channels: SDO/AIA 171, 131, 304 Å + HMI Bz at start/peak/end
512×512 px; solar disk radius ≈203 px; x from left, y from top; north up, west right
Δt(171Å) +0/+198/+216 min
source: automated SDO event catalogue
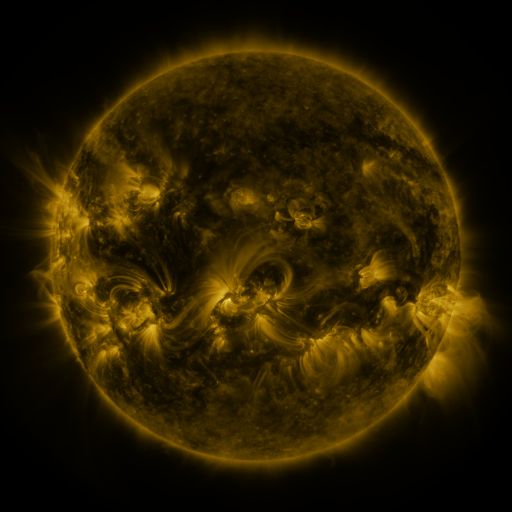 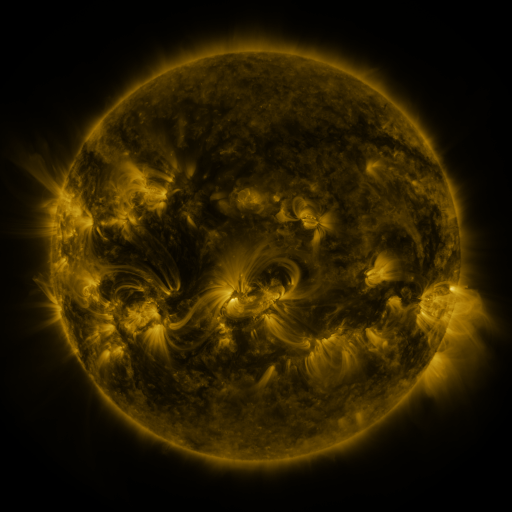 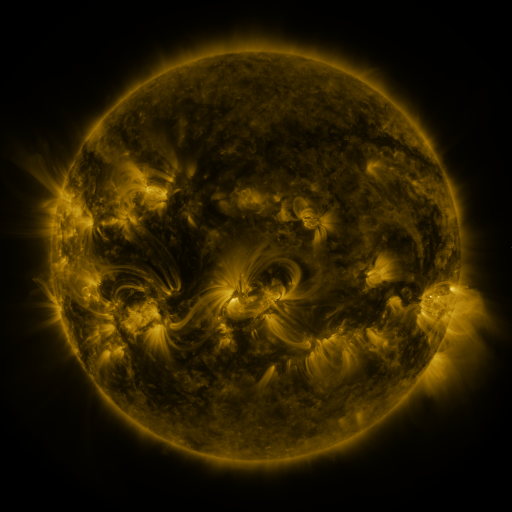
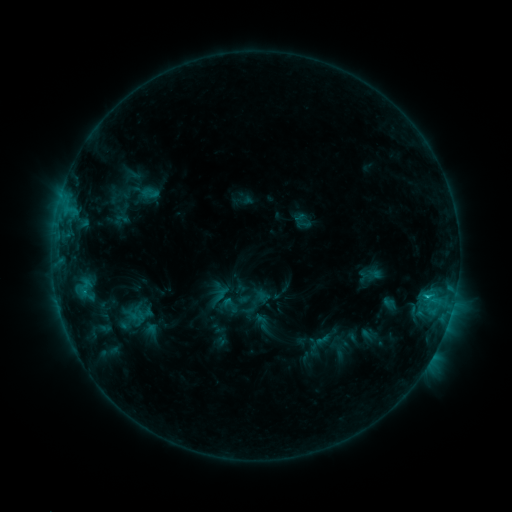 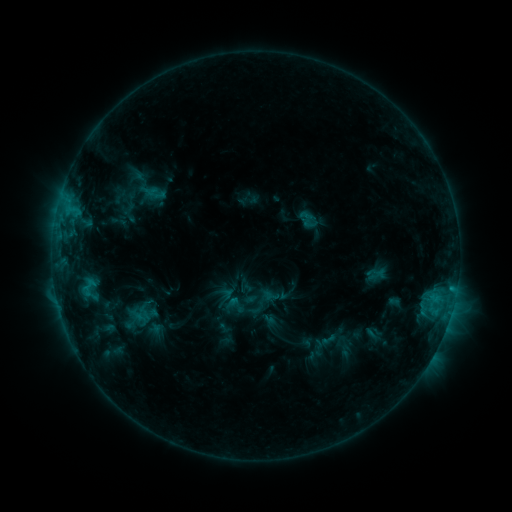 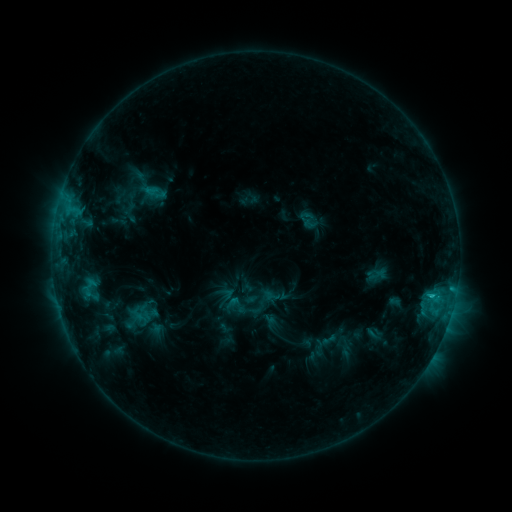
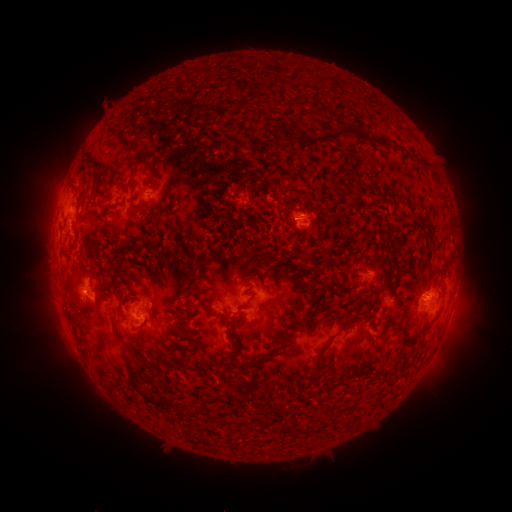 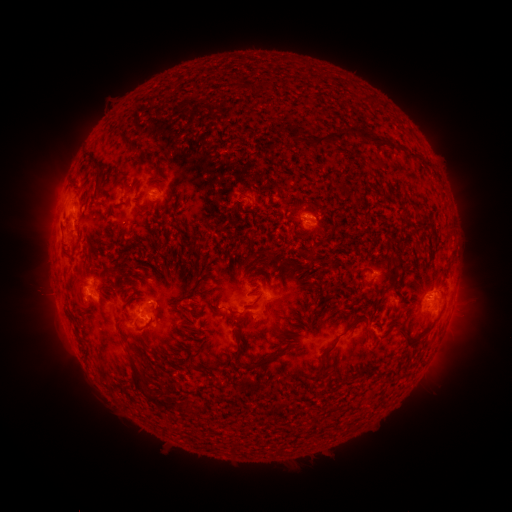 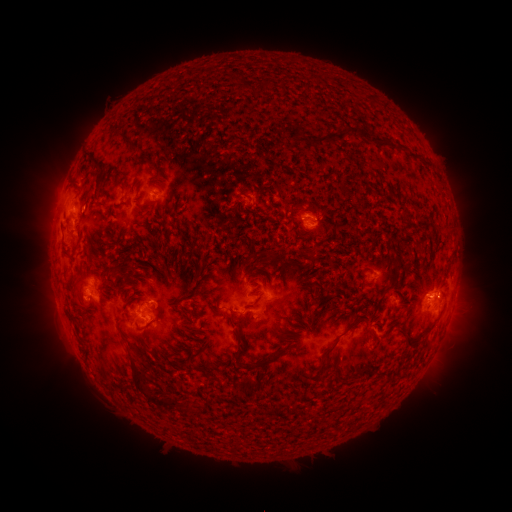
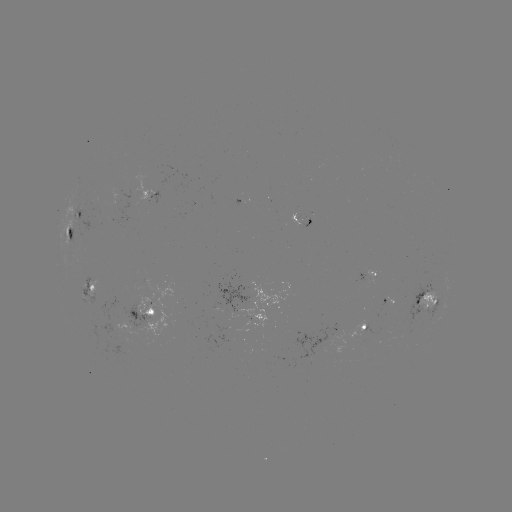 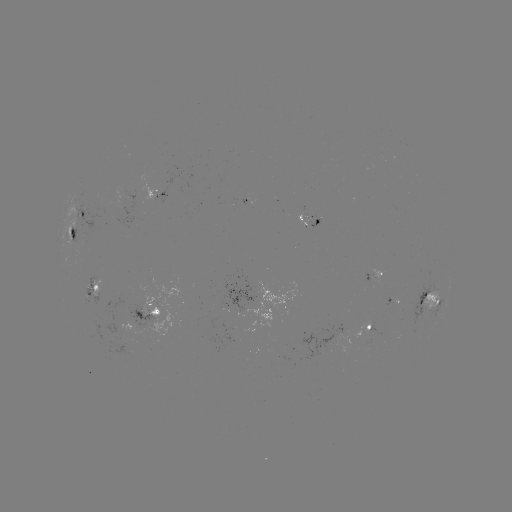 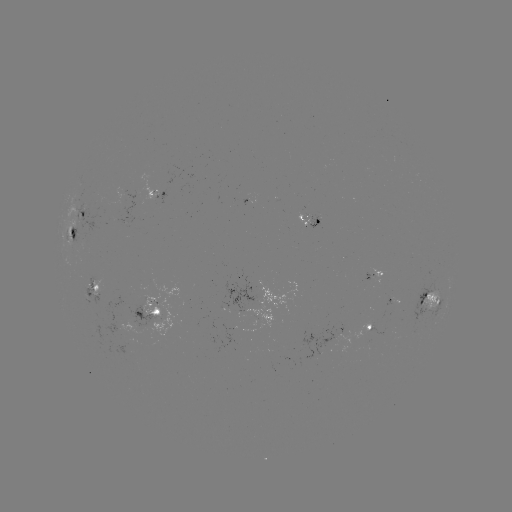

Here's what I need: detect emerging-flux region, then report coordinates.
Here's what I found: emerging-flux region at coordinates (304, 217).